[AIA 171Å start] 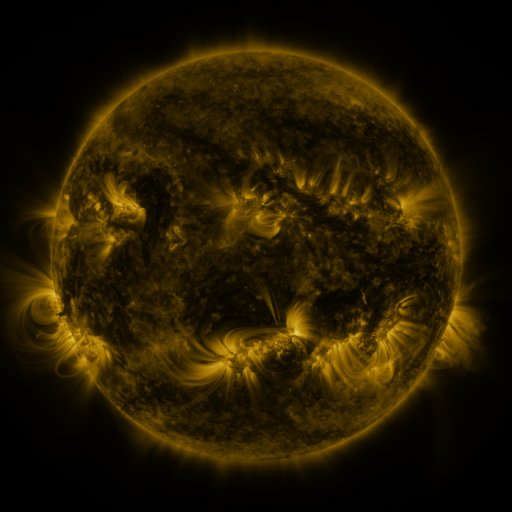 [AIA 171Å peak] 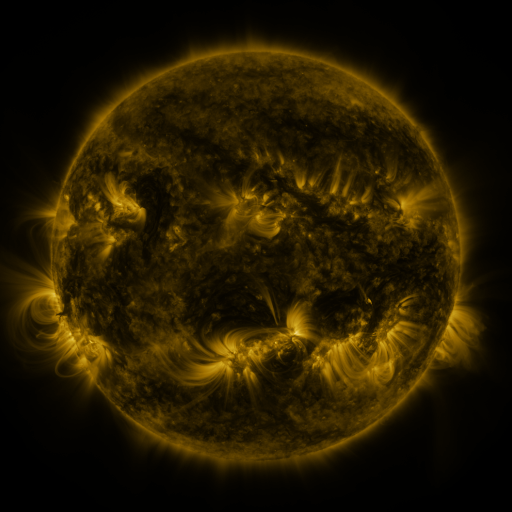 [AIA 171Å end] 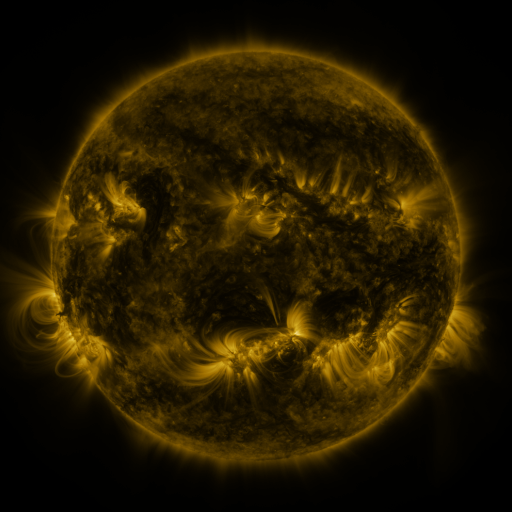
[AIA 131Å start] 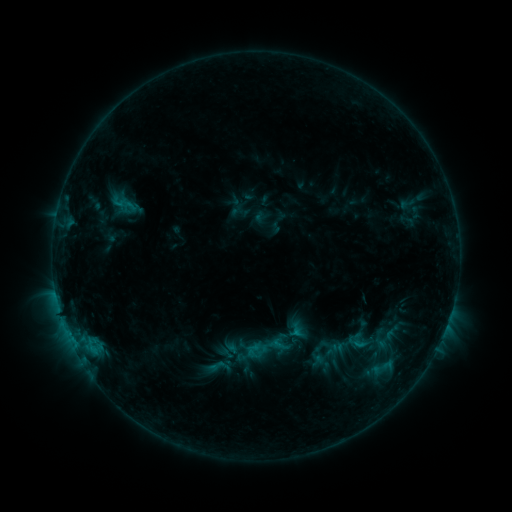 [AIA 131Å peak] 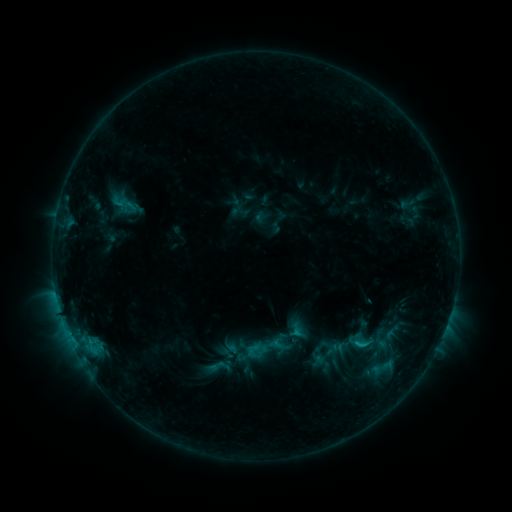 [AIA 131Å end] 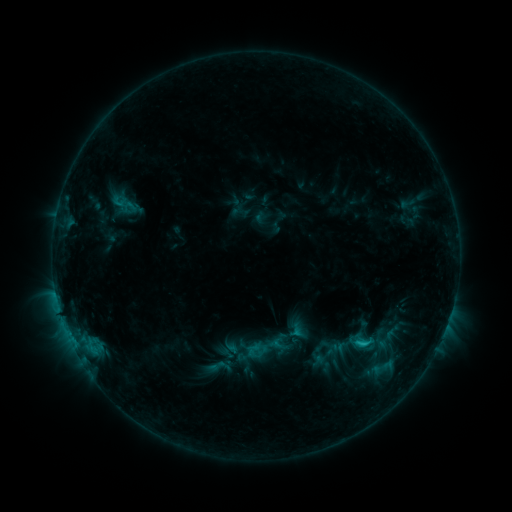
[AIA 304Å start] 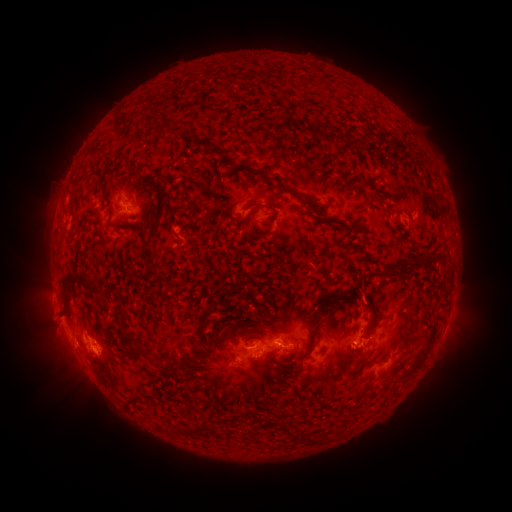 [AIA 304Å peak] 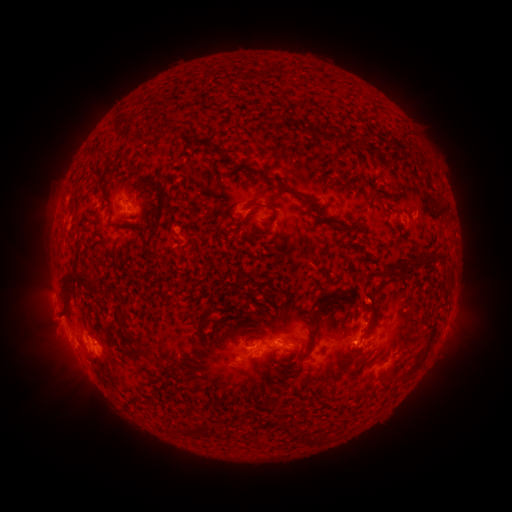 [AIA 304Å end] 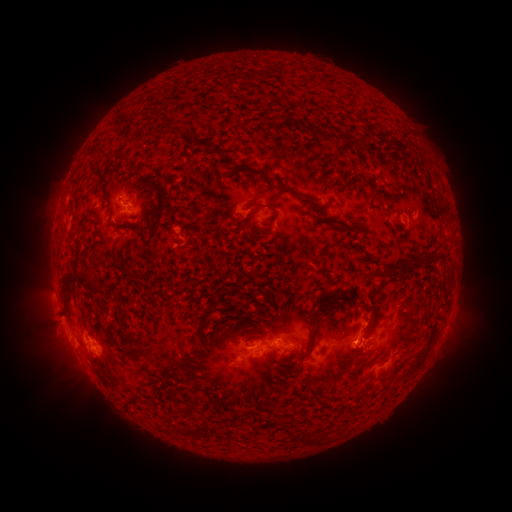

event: eruption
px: (369, 298)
